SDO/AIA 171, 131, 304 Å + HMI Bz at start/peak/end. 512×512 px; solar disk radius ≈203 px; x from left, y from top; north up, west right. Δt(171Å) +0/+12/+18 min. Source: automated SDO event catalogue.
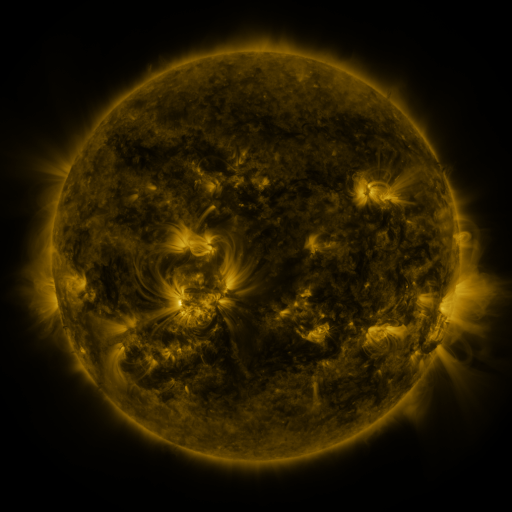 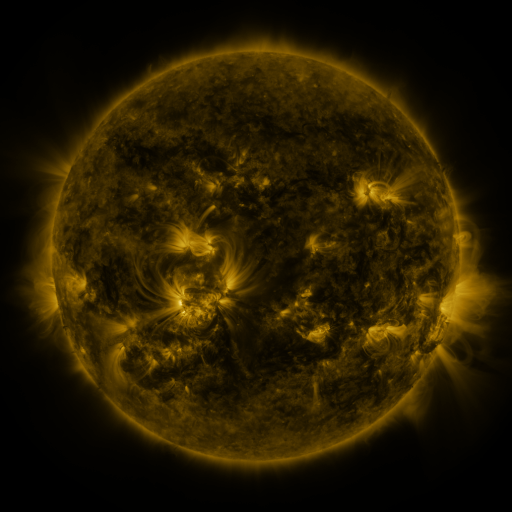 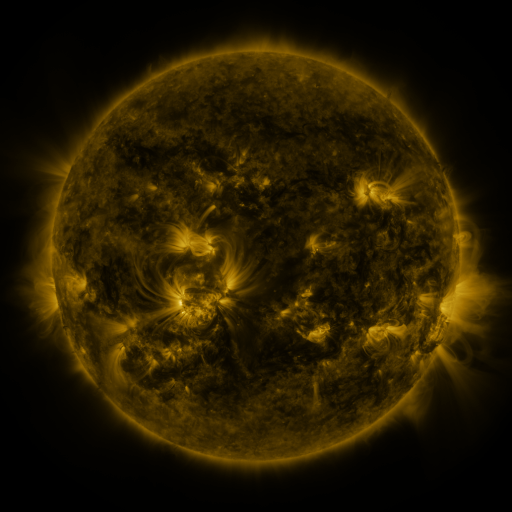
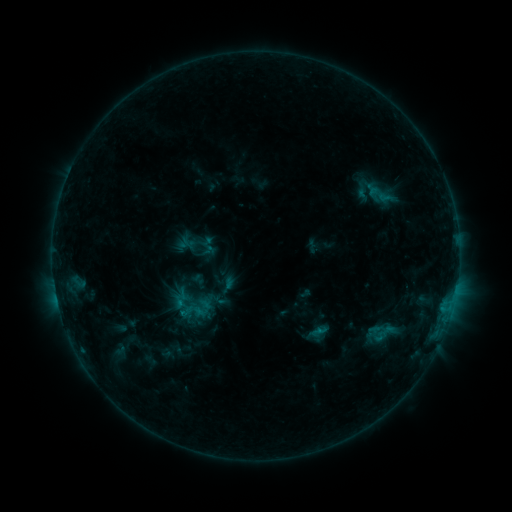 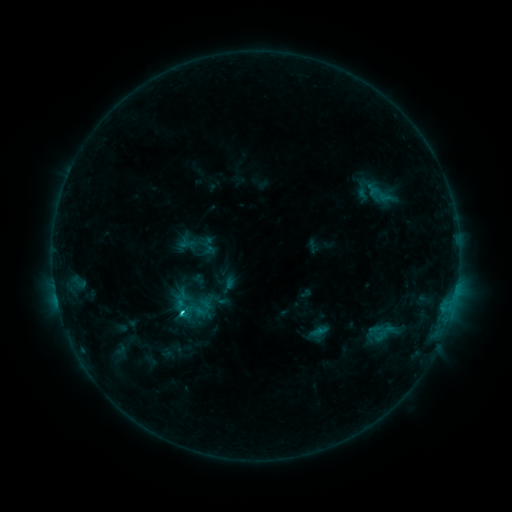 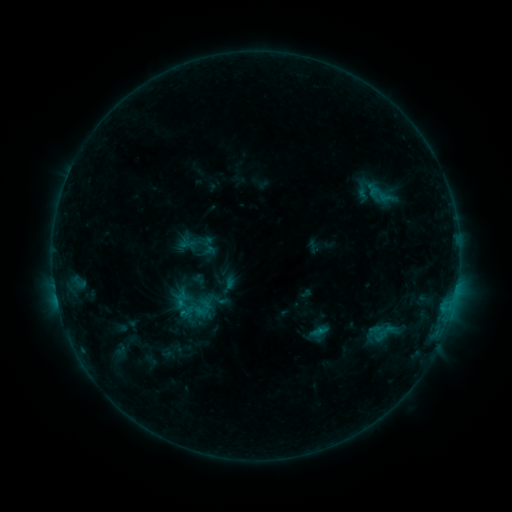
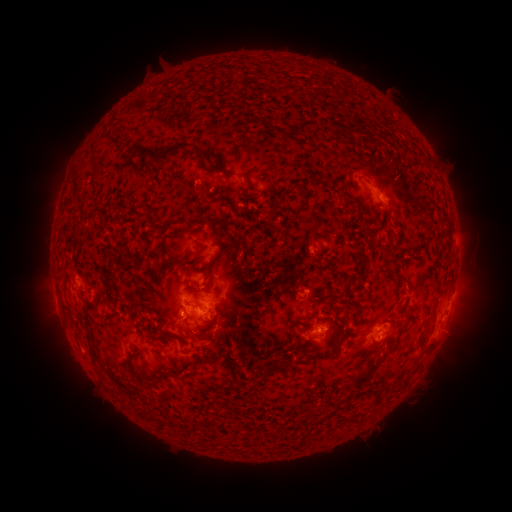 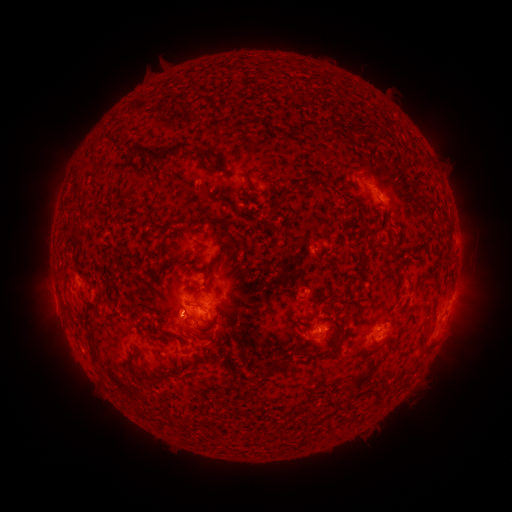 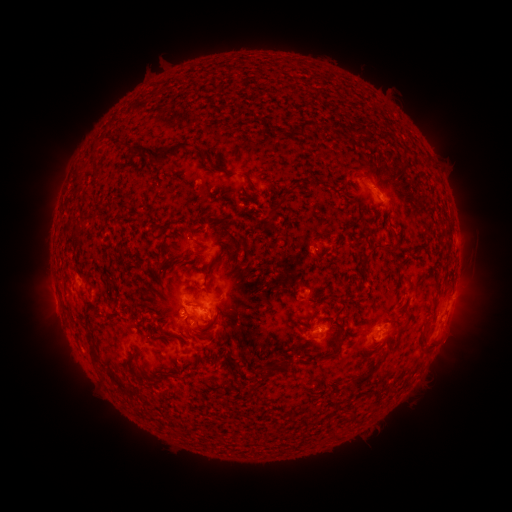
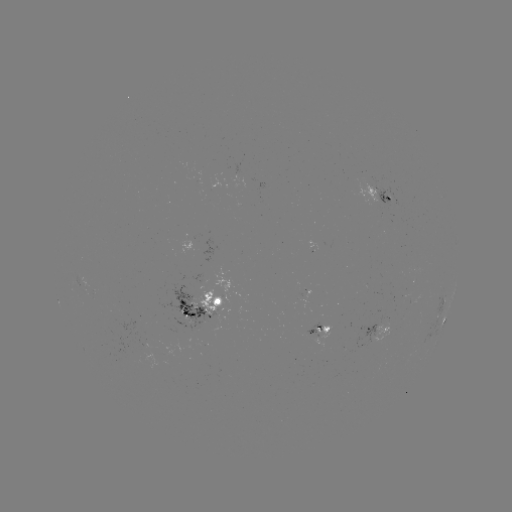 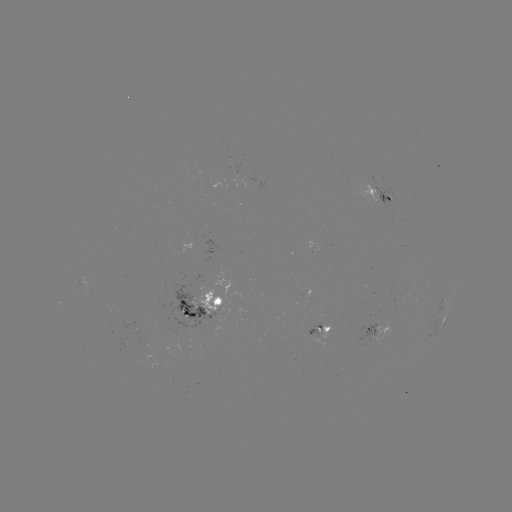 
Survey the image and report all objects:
C1.6 flare: (184, 310)
